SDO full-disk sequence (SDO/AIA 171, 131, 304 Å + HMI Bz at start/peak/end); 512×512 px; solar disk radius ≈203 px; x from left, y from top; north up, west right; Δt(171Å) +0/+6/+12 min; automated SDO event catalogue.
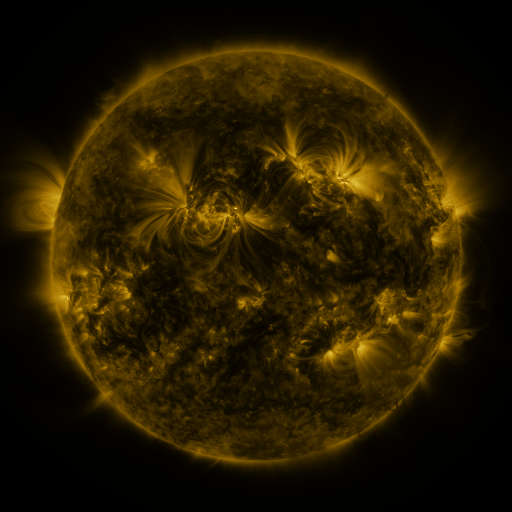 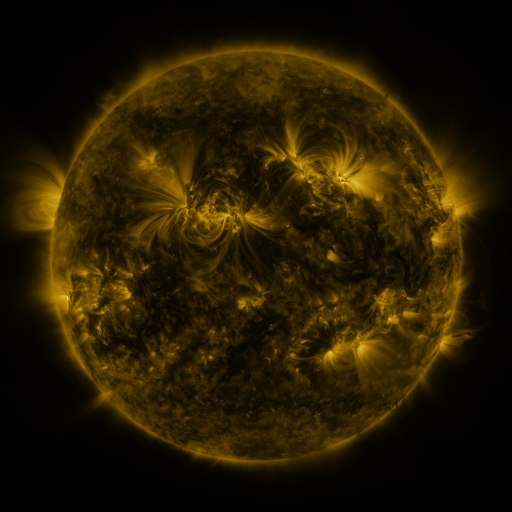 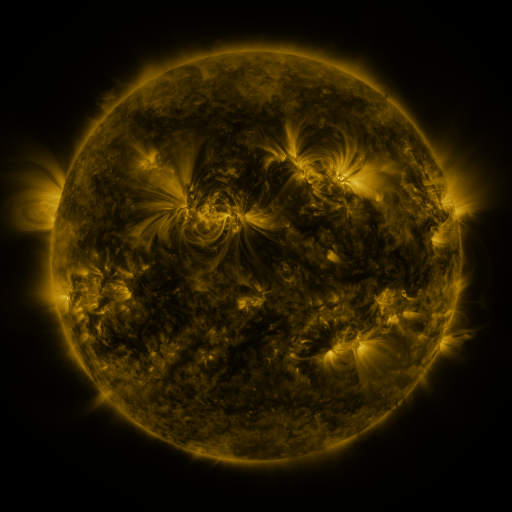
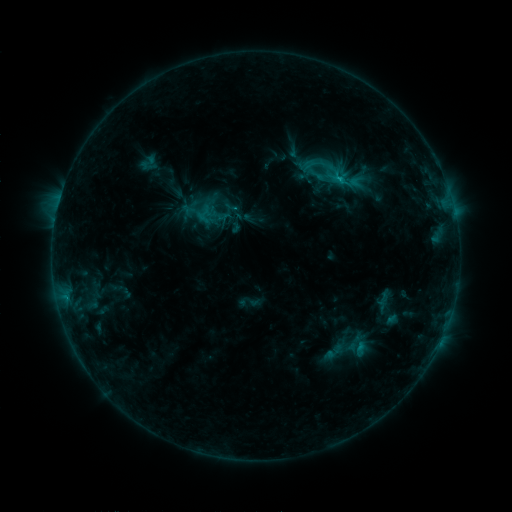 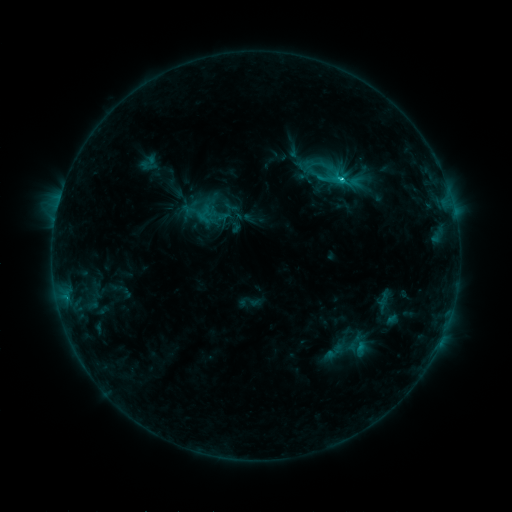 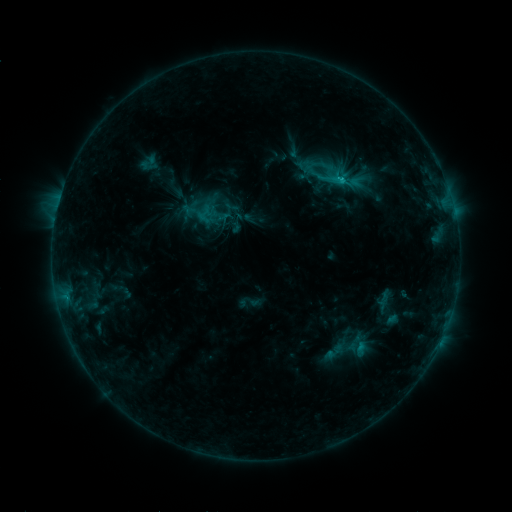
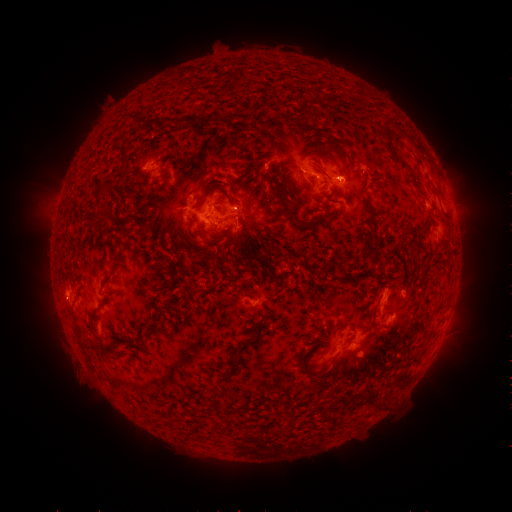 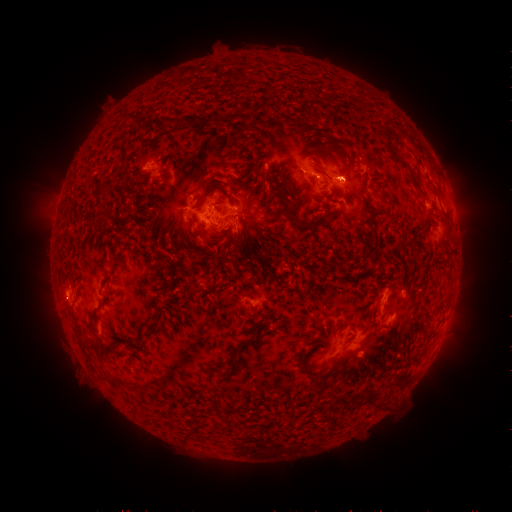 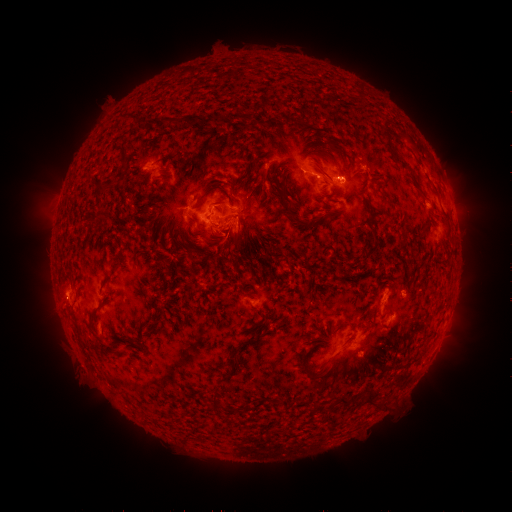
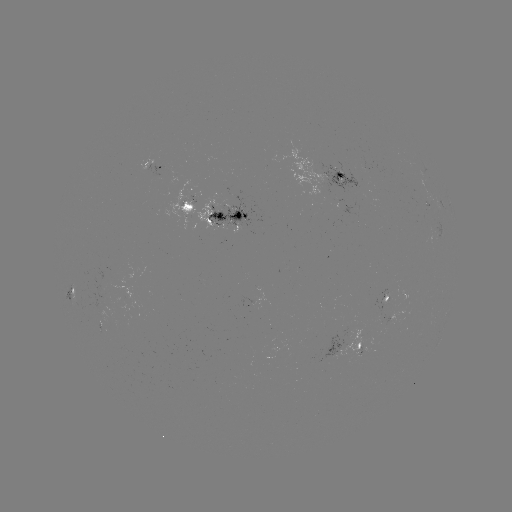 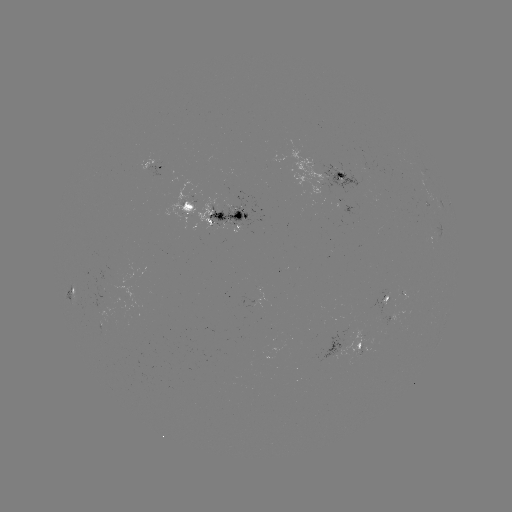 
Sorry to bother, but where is C2.0 flare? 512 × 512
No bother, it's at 341,183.